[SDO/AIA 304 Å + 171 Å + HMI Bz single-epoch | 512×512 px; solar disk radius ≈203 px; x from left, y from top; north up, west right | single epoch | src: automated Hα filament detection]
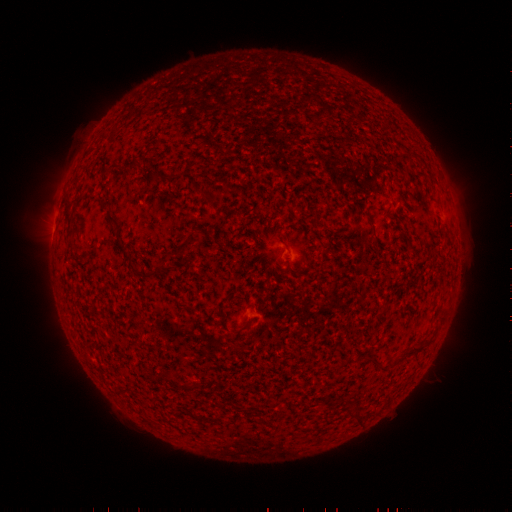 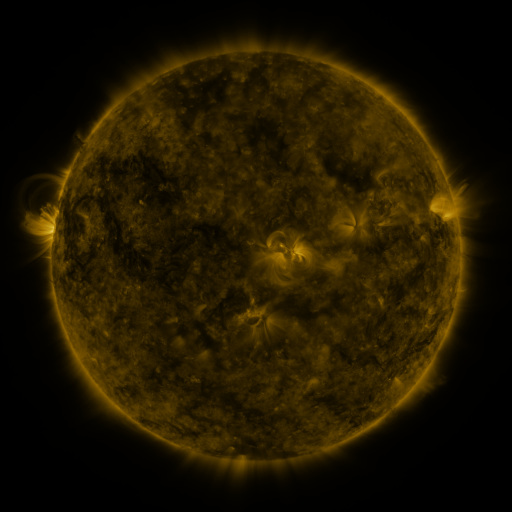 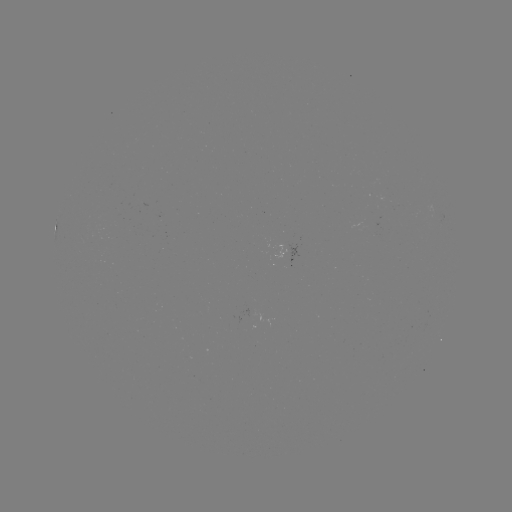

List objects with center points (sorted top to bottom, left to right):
filament: <bbox>122, 160, 133, 174</bbox>
filament: <bbox>103, 210, 115, 224</bbox>
filament: <bbox>363, 210, 375, 235</bbox>
filament: <bbox>119, 249, 129, 262</bbox>
filament: <bbox>172, 249, 183, 261</bbox>
filament: <bbox>139, 268, 157, 280</bbox>
filament: <bbox>112, 291, 131, 322</bbox>
filament: <bbox>403, 342, 424, 355</bbox>
filament: <bbox>375, 361, 388, 371</bbox>
filament: <bbox>163, 375, 191, 390</bbox>
filament: <bbox>355, 413, 362, 424</bbox>
